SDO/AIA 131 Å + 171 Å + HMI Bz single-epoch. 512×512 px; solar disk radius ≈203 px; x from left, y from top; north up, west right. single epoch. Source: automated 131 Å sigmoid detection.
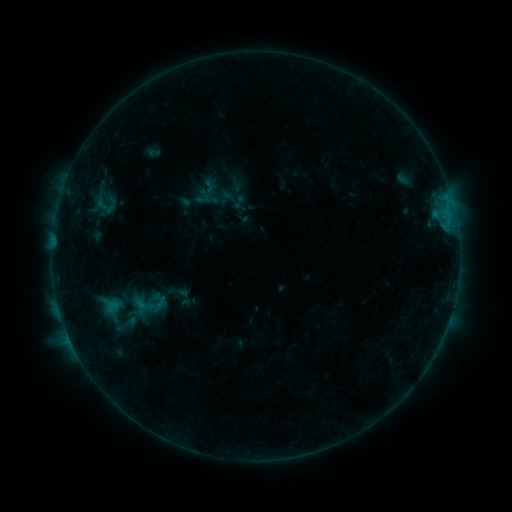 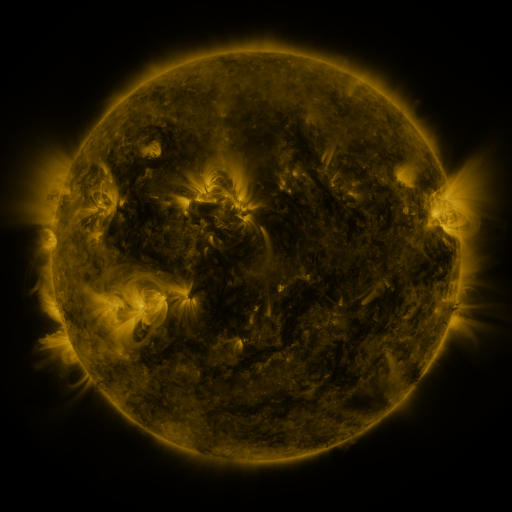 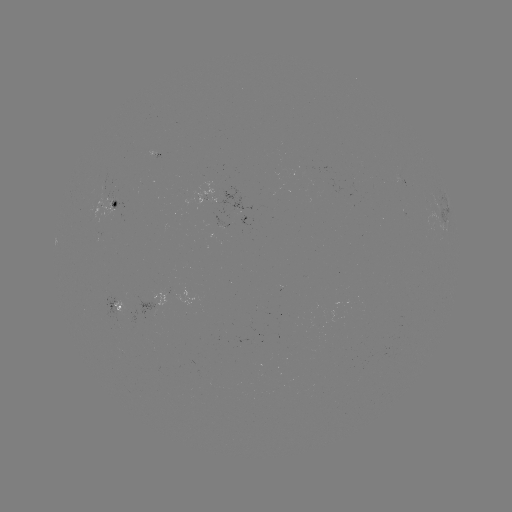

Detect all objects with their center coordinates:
sigmoid: (208, 192)
sigmoid: (101, 202)
